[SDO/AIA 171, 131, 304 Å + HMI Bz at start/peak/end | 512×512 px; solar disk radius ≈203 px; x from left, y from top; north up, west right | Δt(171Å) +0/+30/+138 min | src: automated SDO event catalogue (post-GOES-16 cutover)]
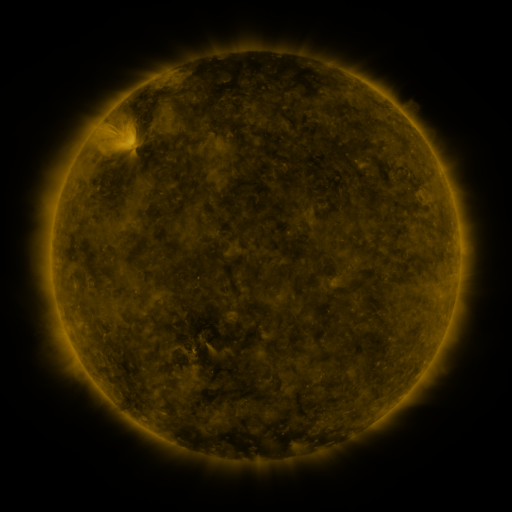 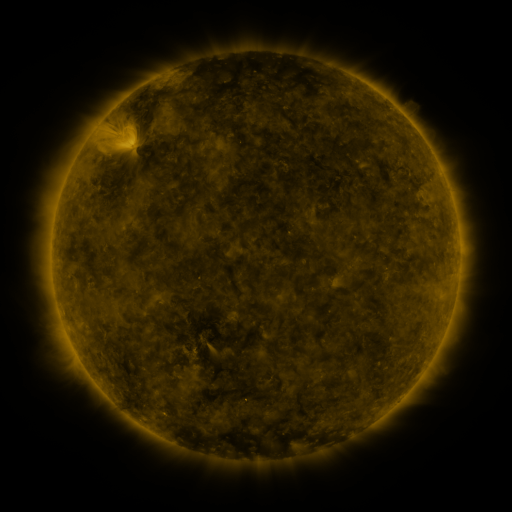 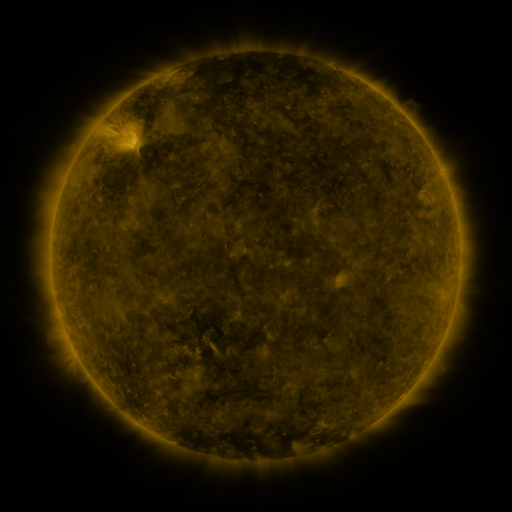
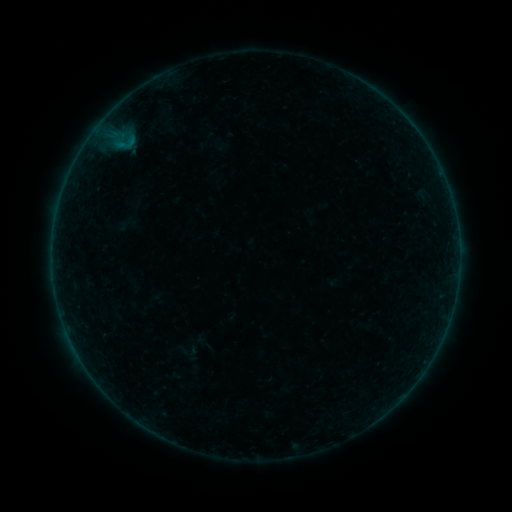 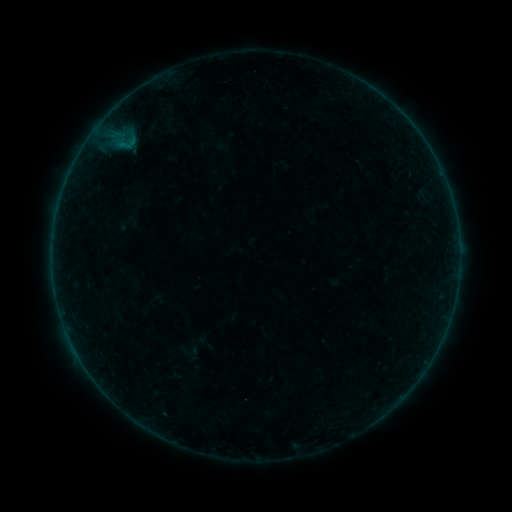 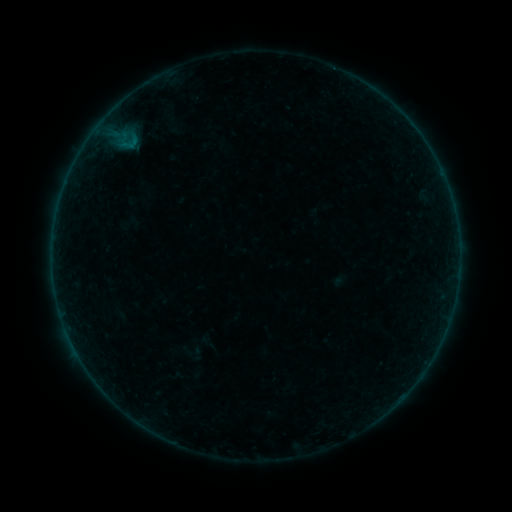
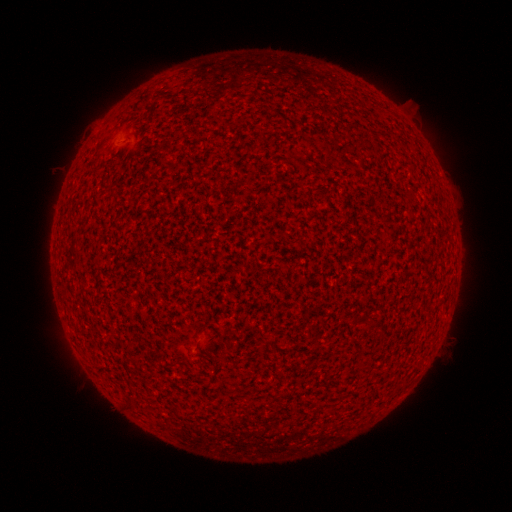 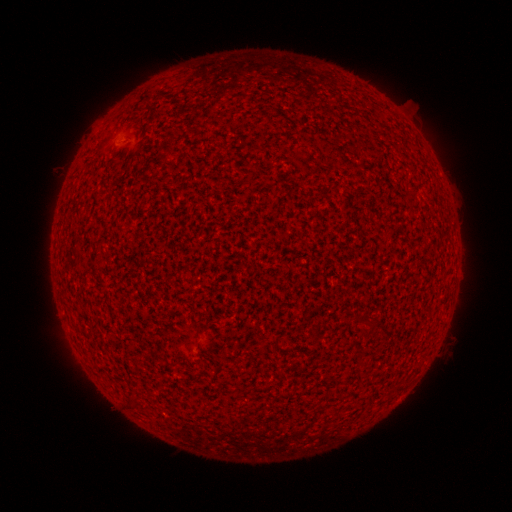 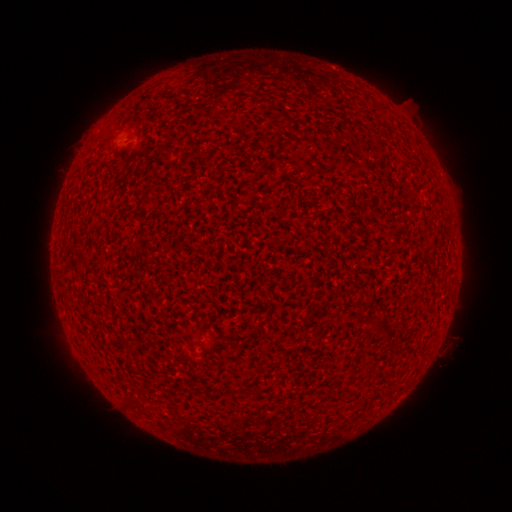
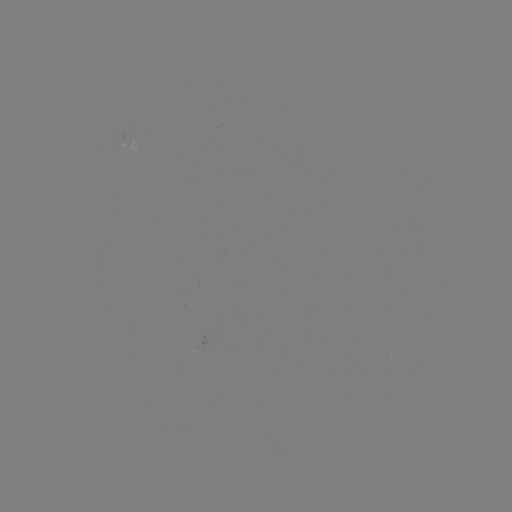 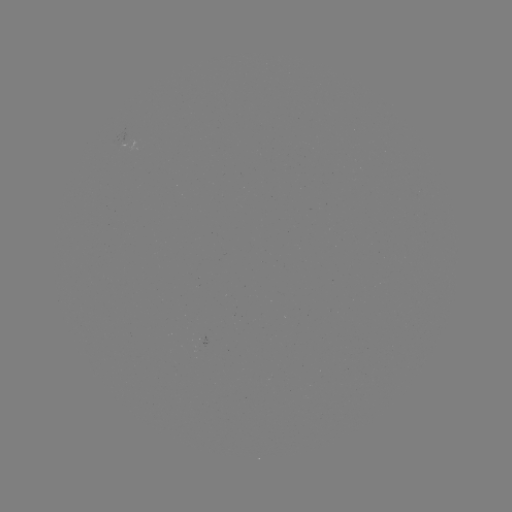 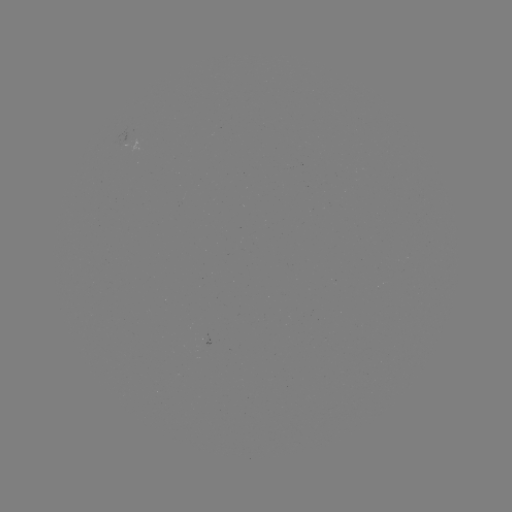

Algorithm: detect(A6.4 flare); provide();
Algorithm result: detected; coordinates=(74, 348)